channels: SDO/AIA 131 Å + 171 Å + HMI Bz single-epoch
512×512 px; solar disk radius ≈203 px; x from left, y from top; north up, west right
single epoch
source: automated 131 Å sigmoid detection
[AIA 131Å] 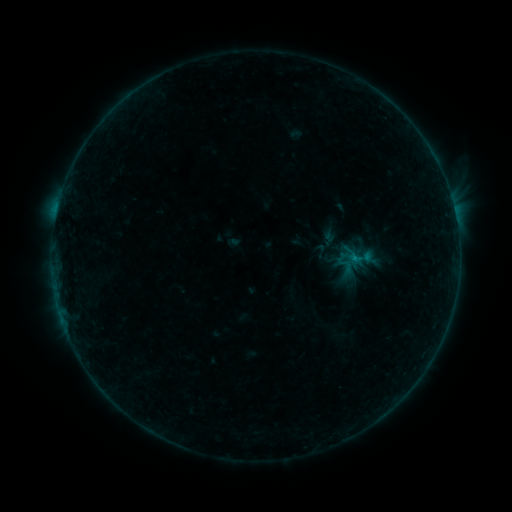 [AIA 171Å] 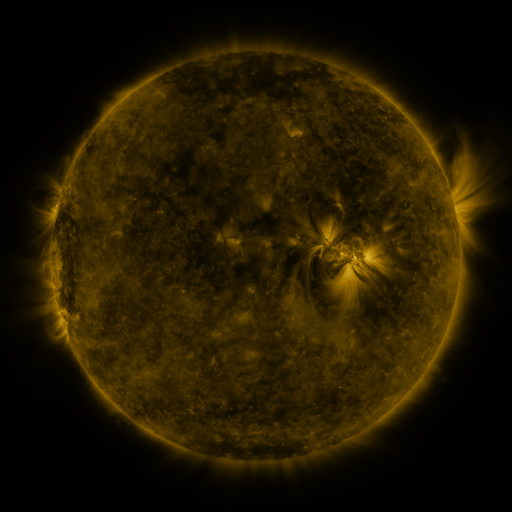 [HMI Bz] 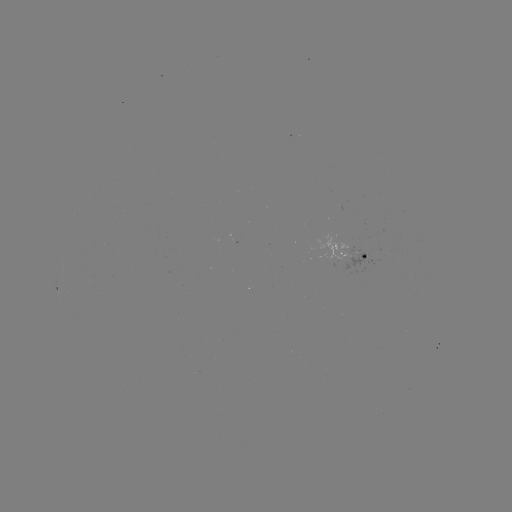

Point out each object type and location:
sigmoid: (351, 258)
